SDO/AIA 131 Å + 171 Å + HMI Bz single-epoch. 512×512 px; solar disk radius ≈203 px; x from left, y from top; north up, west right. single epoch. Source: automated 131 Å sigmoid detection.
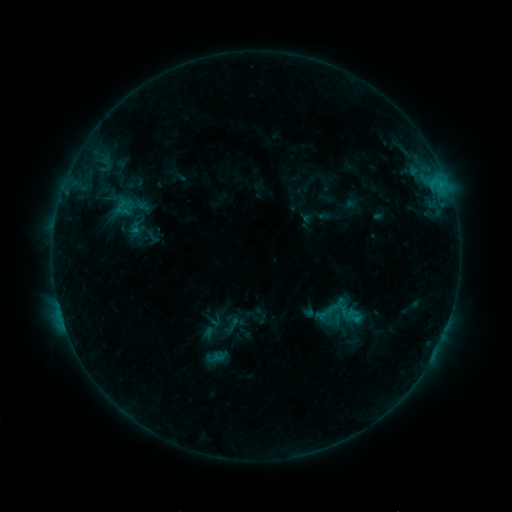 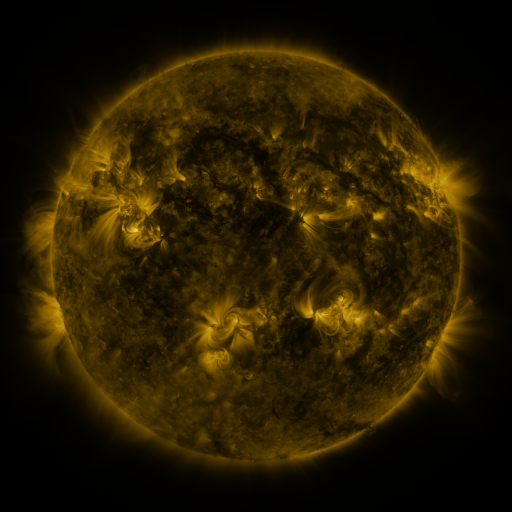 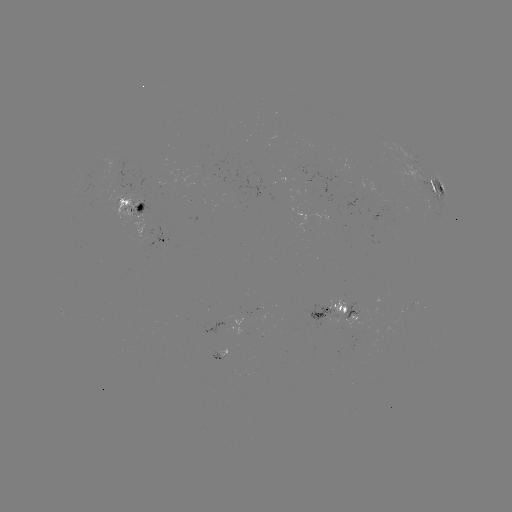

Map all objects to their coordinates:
sigmoid: (321, 299, 345, 324)
